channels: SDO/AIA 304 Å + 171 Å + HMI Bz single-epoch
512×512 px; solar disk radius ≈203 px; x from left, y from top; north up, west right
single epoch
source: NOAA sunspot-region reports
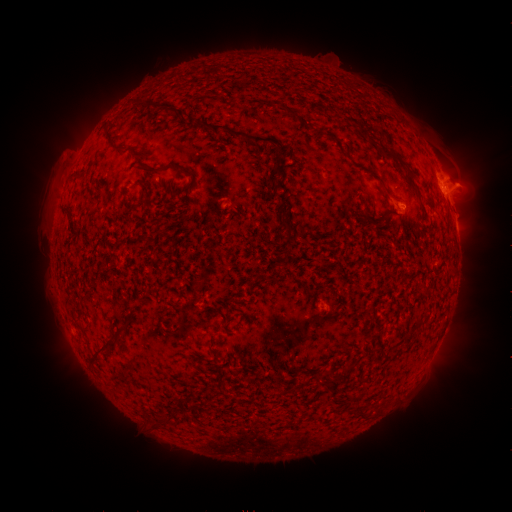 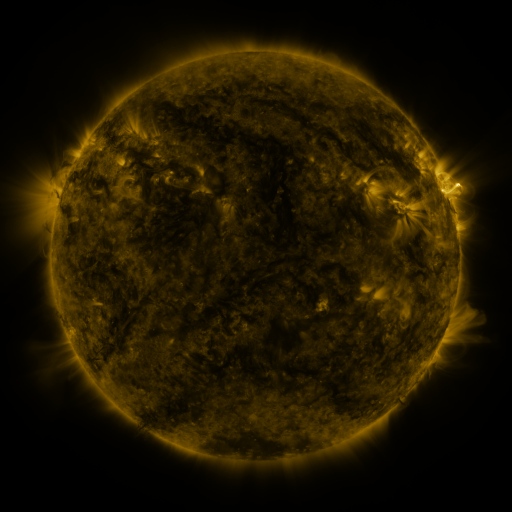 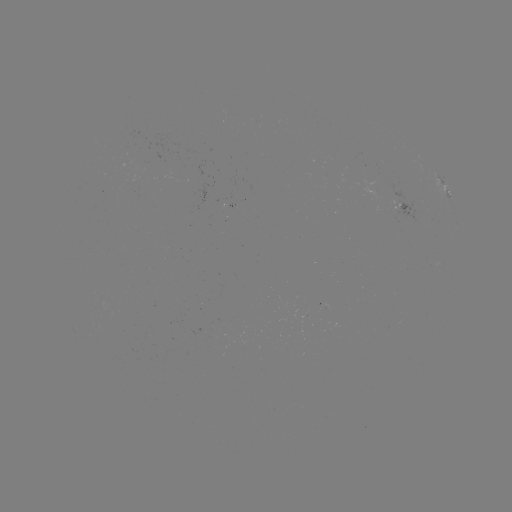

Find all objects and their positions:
spotted active region: (444, 186)
spotted active region: (456, 226)
